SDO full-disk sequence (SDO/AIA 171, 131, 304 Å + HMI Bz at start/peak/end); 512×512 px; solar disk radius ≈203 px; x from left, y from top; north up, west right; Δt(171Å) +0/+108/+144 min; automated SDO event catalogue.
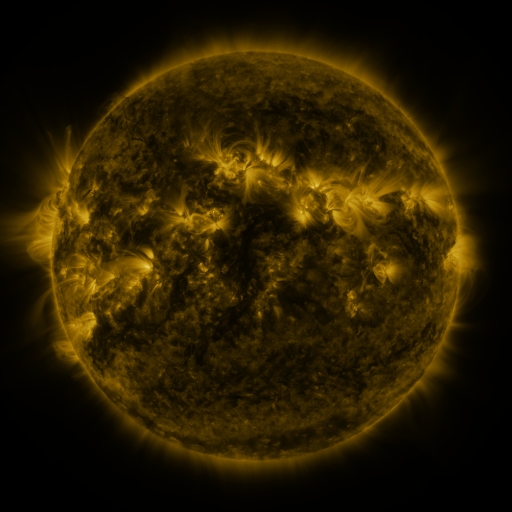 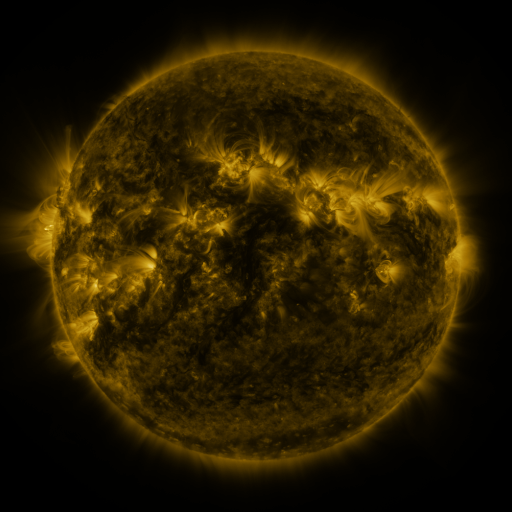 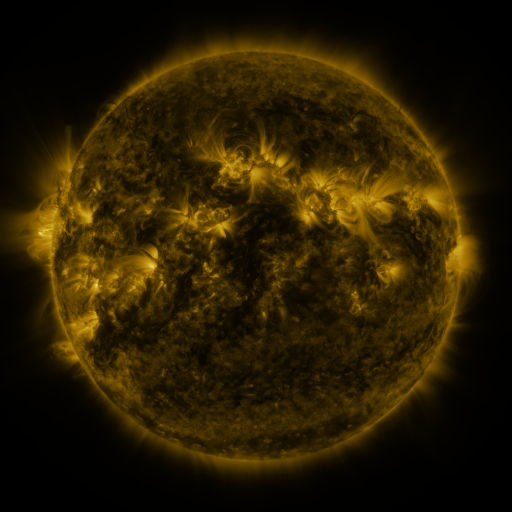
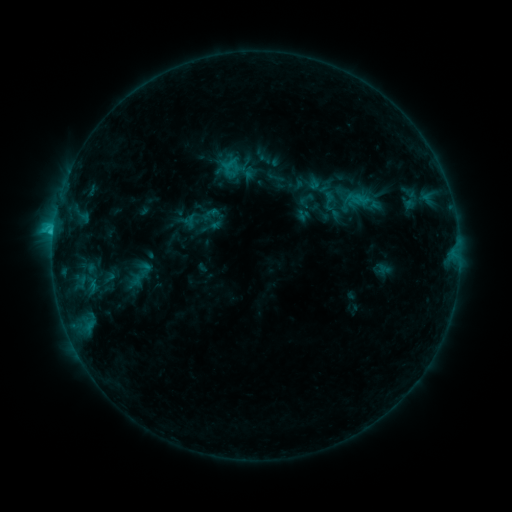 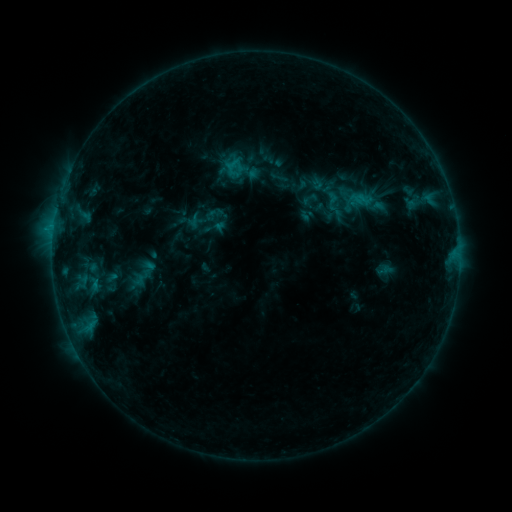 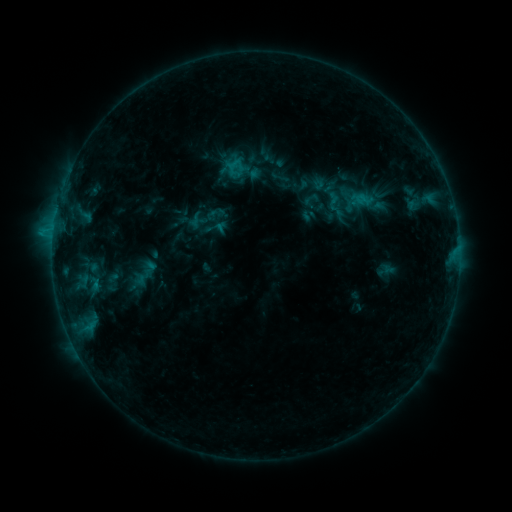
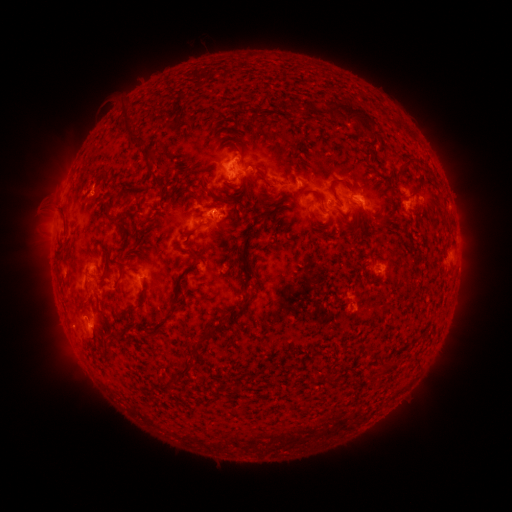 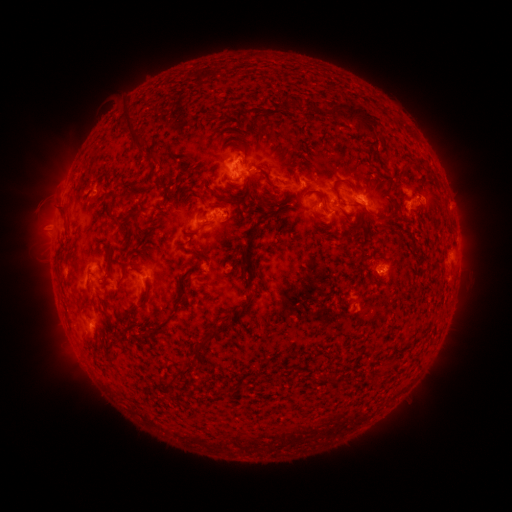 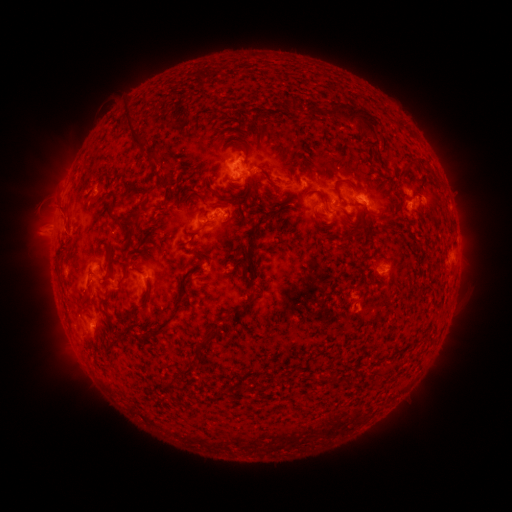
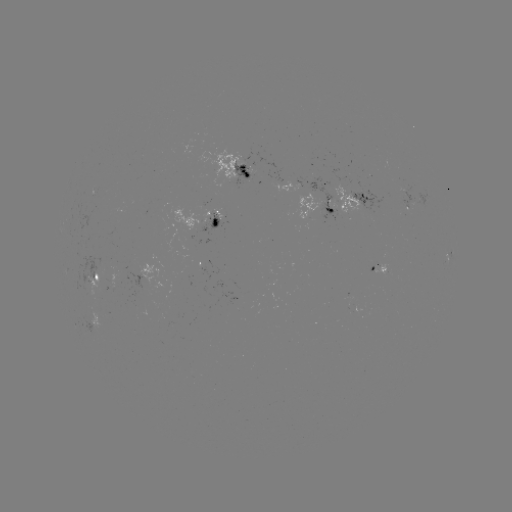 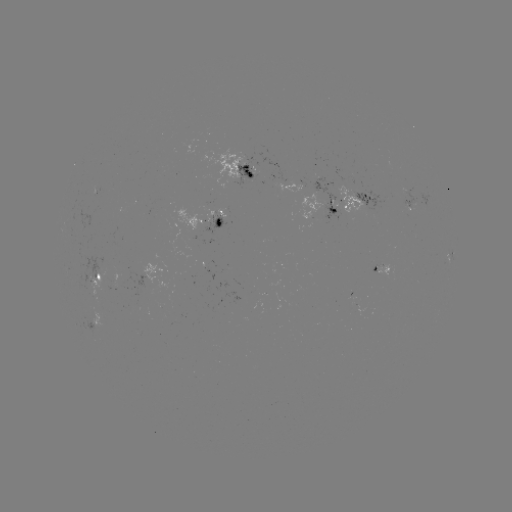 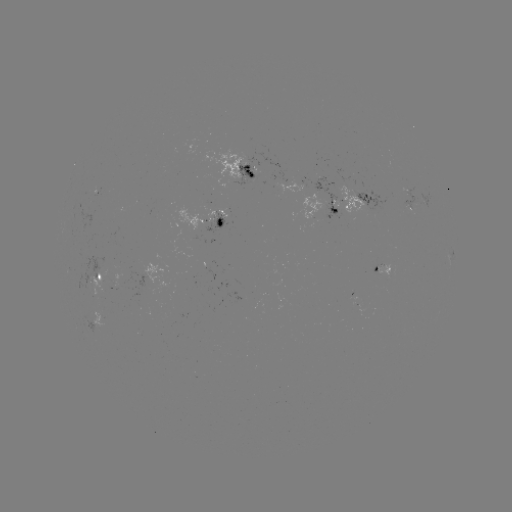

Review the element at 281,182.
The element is emerging-flux region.